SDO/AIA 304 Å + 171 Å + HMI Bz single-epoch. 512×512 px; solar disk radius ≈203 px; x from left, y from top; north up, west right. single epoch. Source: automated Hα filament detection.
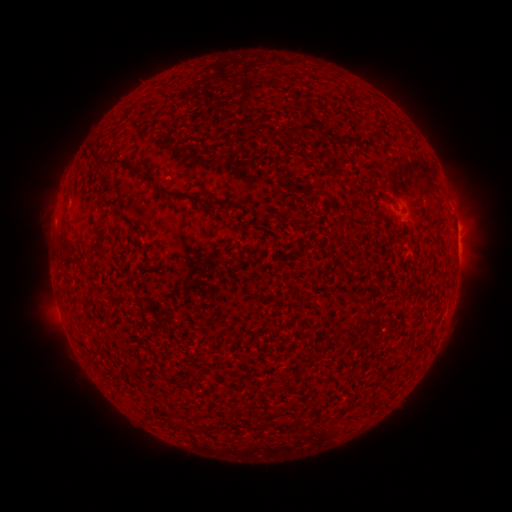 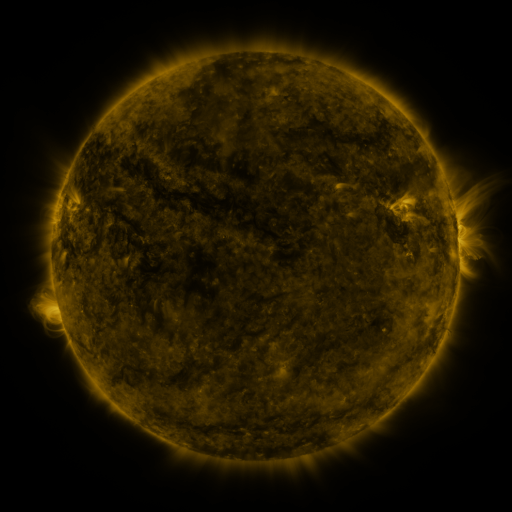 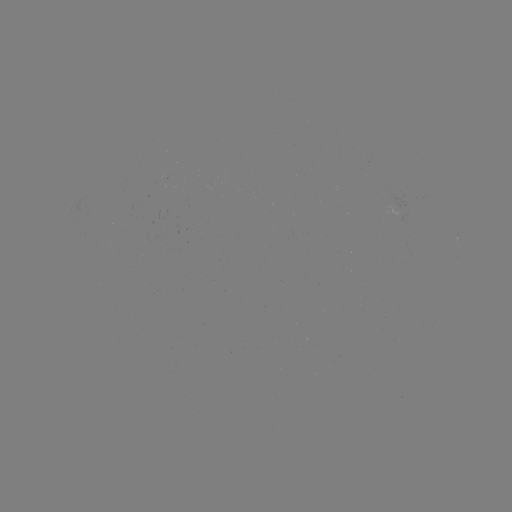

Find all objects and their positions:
filament: (307, 128)
filament: (337, 138)
filament: (109, 164)
filament: (146, 179)
filament: (171, 194)
filament: (198, 200)
filament: (77, 261)
filament: (368, 321)
filament: (341, 330)
filament: (257, 416)
filament: (301, 424)
filament: (287, 425)
filament: (186, 427)
